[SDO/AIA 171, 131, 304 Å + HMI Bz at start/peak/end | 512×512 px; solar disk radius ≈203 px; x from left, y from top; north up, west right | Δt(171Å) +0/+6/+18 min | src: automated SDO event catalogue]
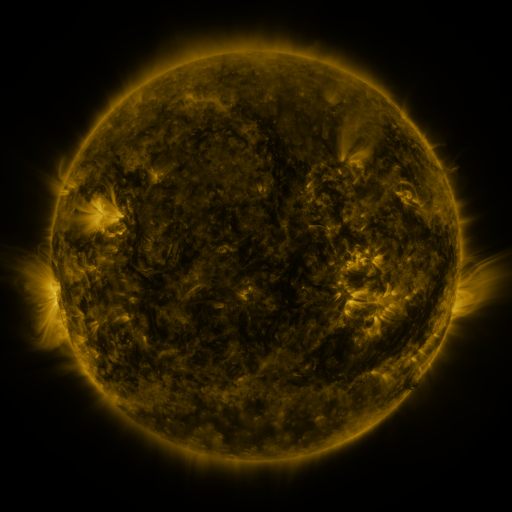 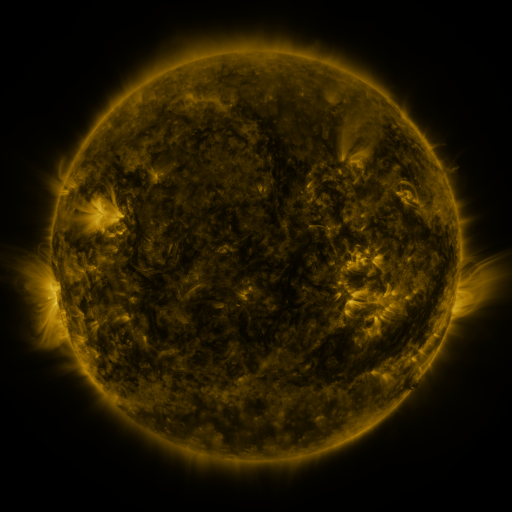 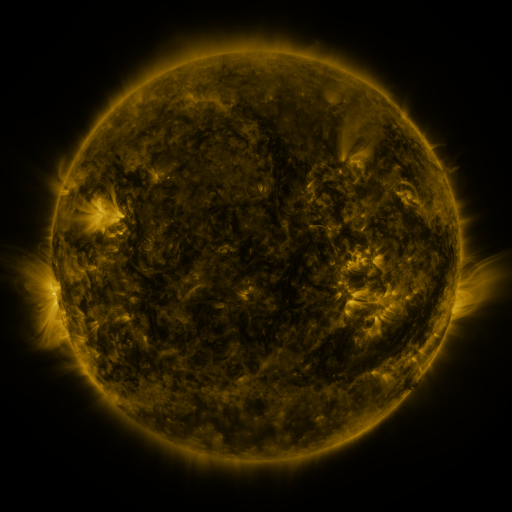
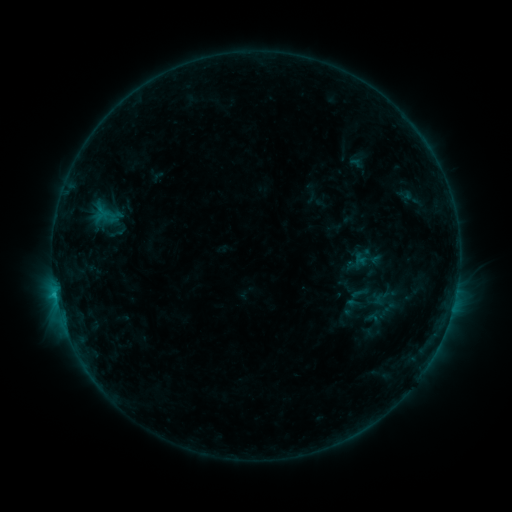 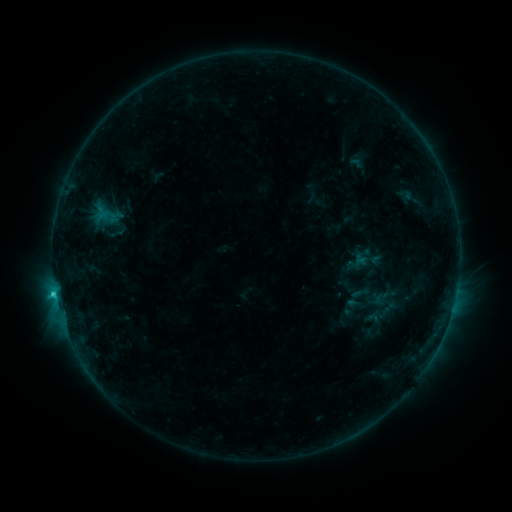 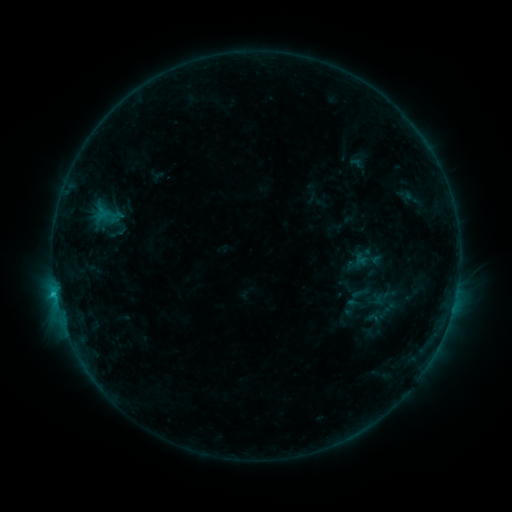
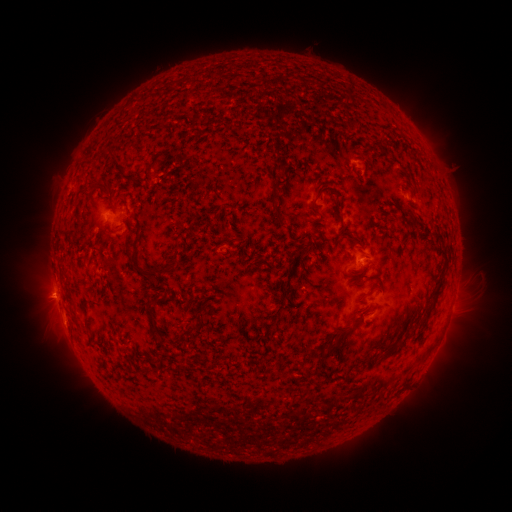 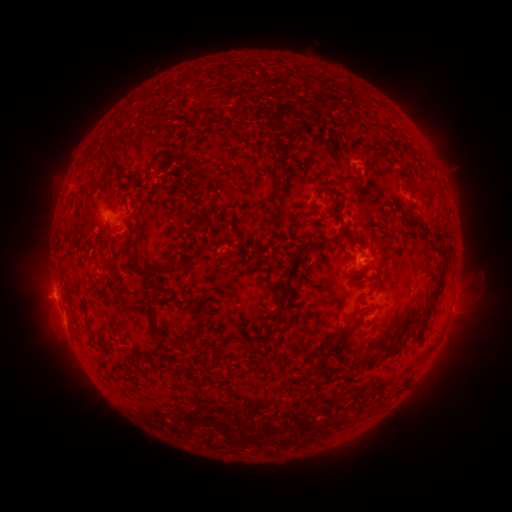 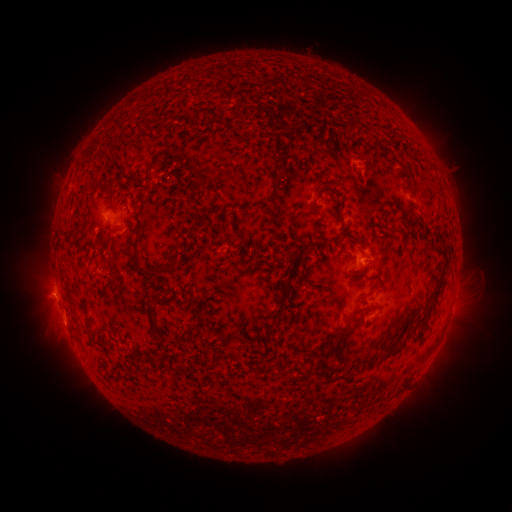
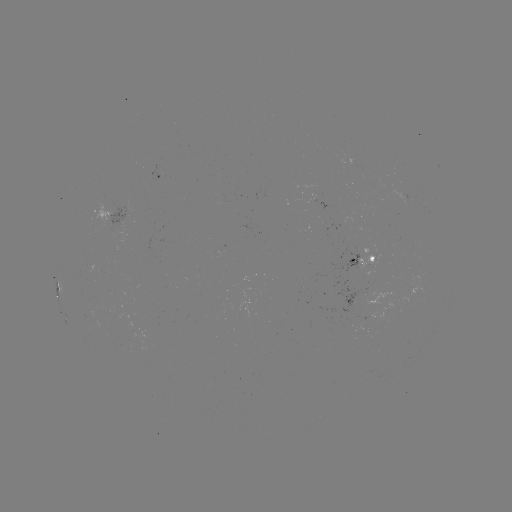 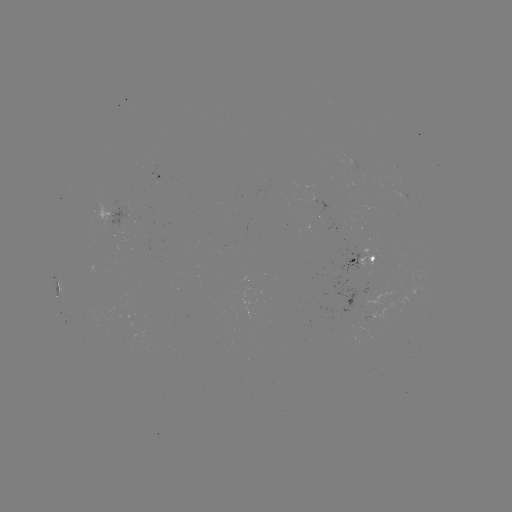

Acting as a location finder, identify C1.1 flare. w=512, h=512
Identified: (55, 290).